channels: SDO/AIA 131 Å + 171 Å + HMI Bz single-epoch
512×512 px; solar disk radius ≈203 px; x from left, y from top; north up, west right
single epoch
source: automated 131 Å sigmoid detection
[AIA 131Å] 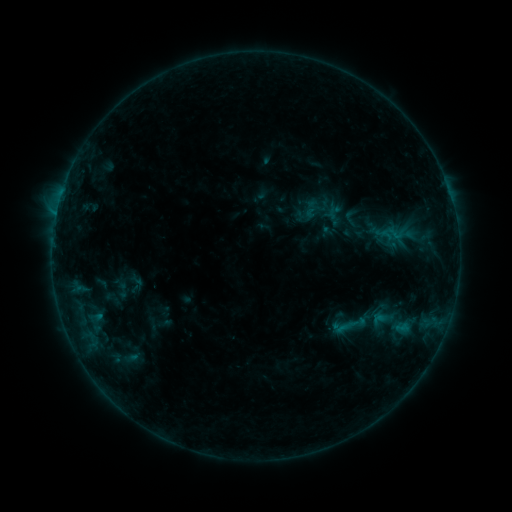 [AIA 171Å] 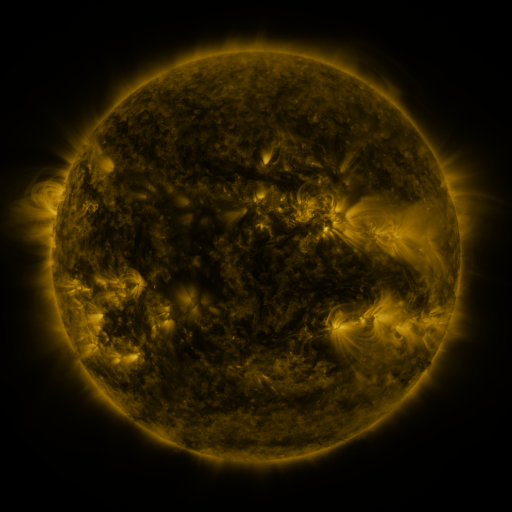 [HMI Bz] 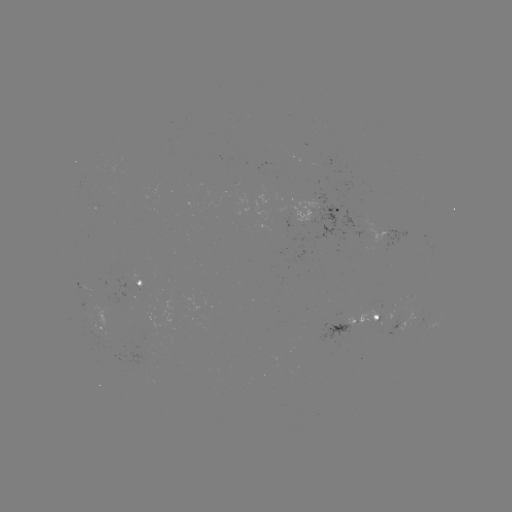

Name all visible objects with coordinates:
sigmoid: (110, 280, 135, 300)
sigmoid: (341, 311, 366, 337)
